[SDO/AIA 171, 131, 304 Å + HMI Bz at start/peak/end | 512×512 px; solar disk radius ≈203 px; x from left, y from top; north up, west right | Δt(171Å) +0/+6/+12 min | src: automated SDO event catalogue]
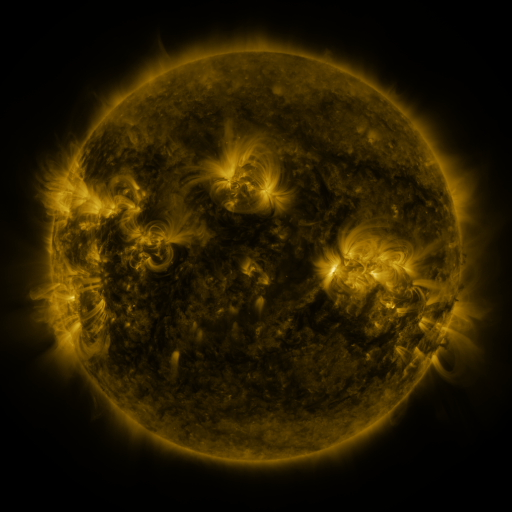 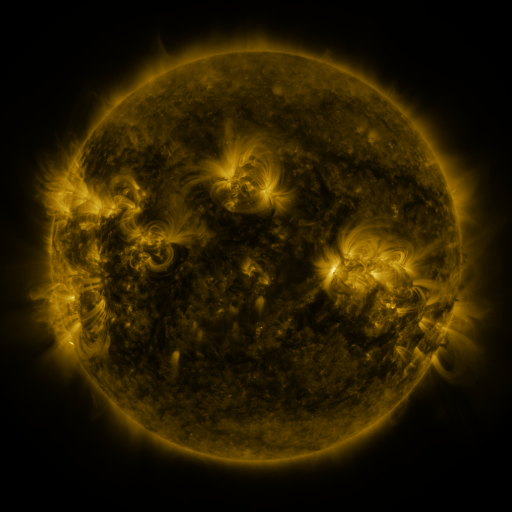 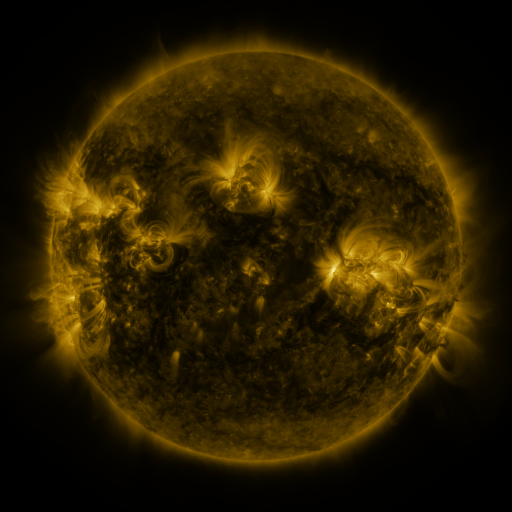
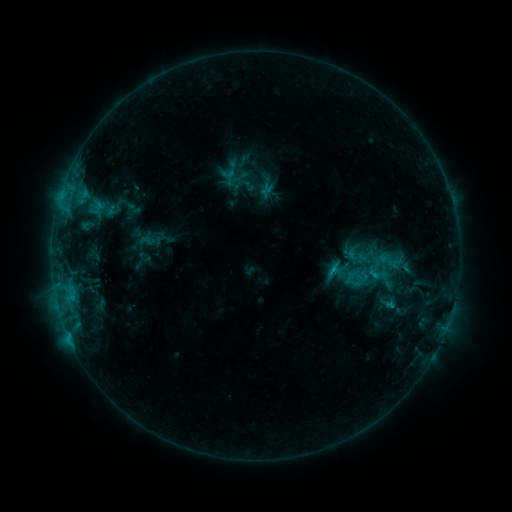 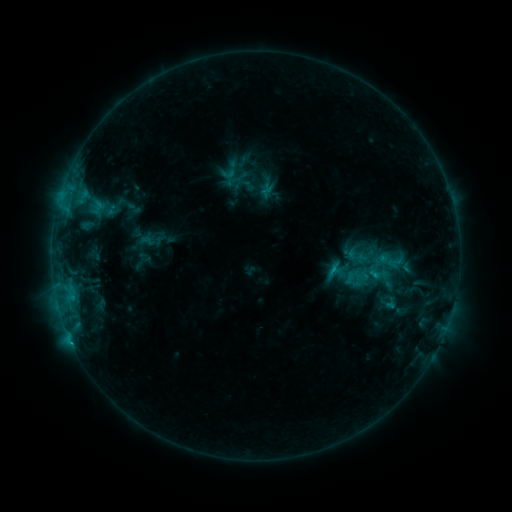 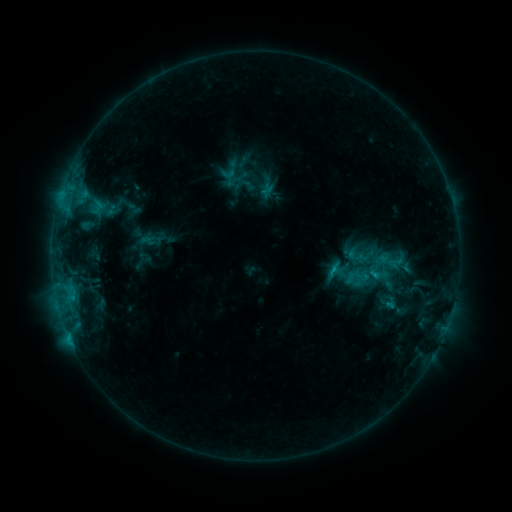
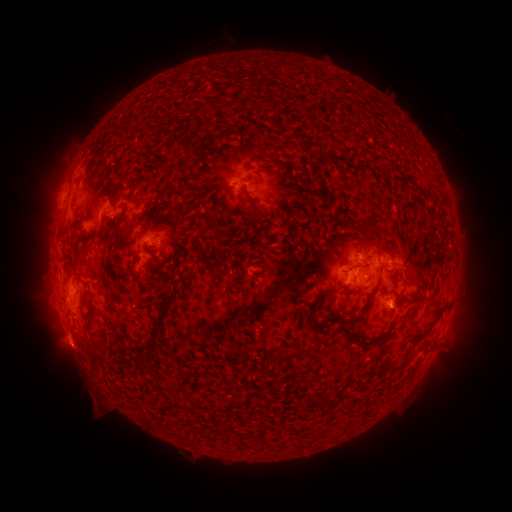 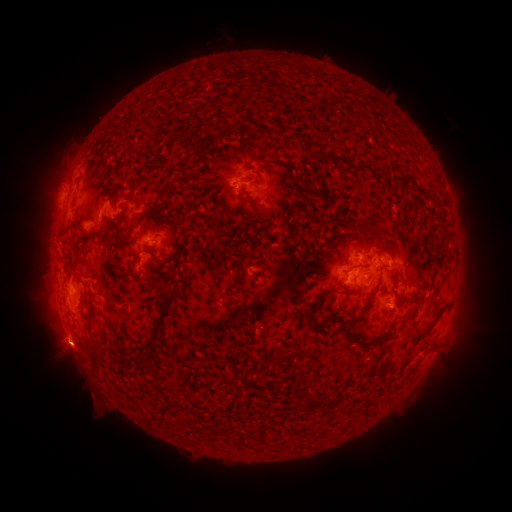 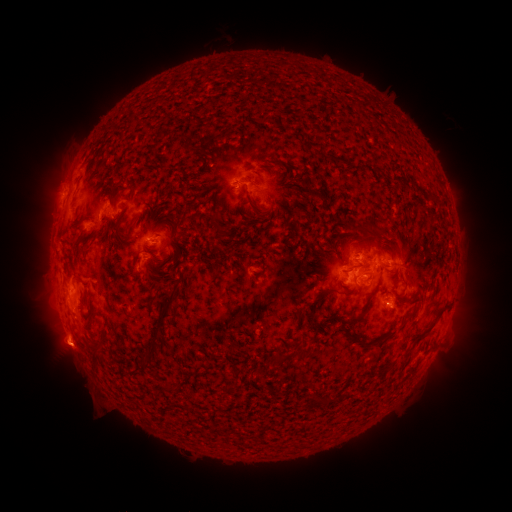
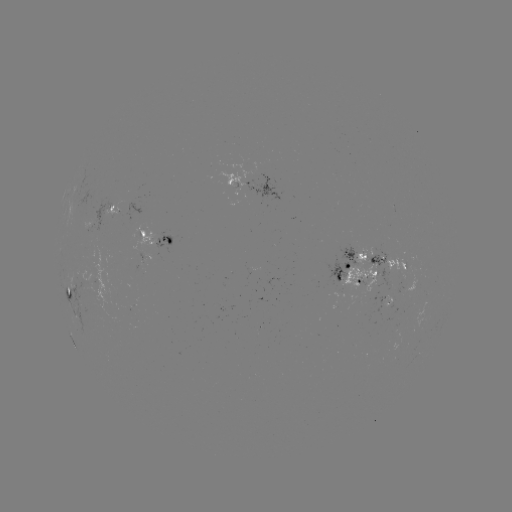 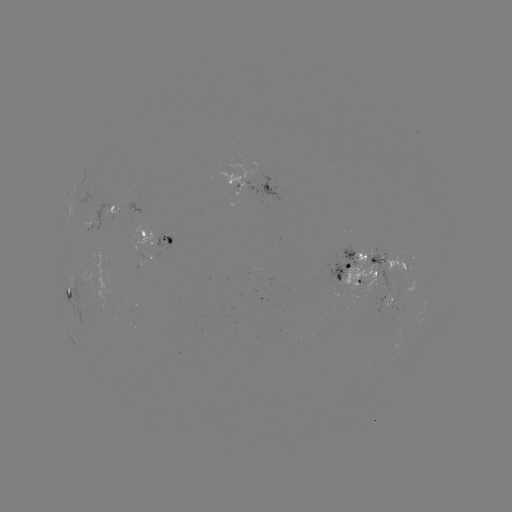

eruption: <bbox>34, 322, 102, 379</bbox>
